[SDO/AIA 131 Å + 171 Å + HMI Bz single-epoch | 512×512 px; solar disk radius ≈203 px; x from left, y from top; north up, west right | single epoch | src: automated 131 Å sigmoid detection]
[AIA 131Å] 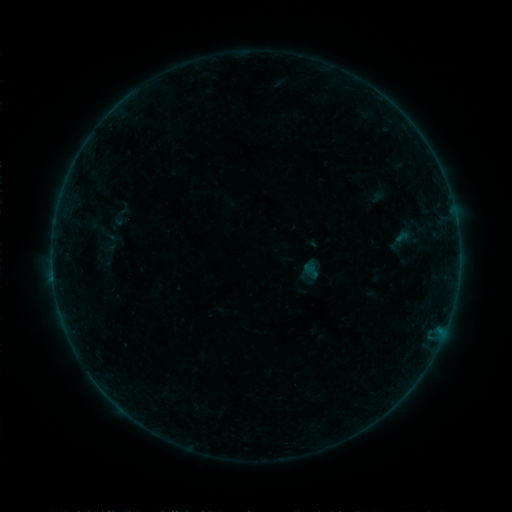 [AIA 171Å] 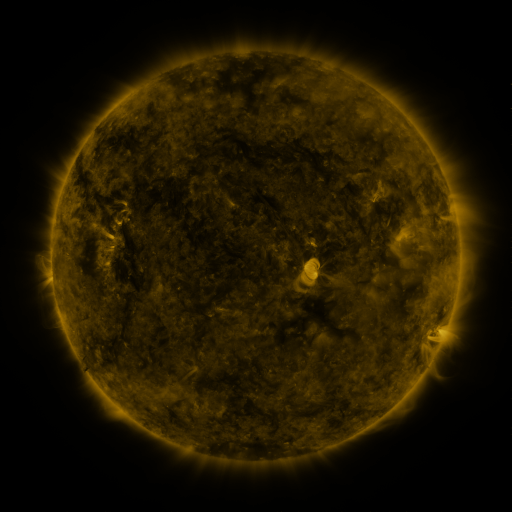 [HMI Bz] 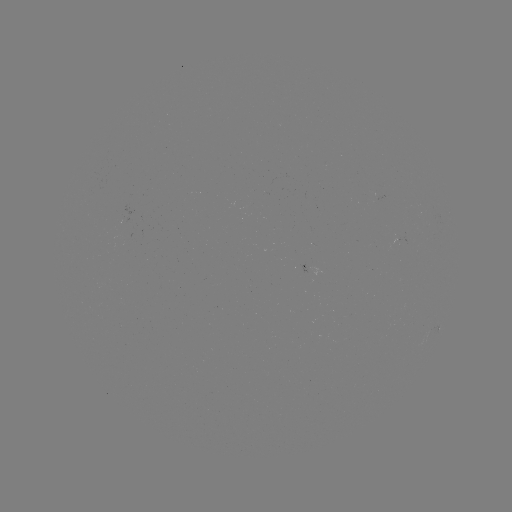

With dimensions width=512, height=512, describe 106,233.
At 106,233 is sigmoid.